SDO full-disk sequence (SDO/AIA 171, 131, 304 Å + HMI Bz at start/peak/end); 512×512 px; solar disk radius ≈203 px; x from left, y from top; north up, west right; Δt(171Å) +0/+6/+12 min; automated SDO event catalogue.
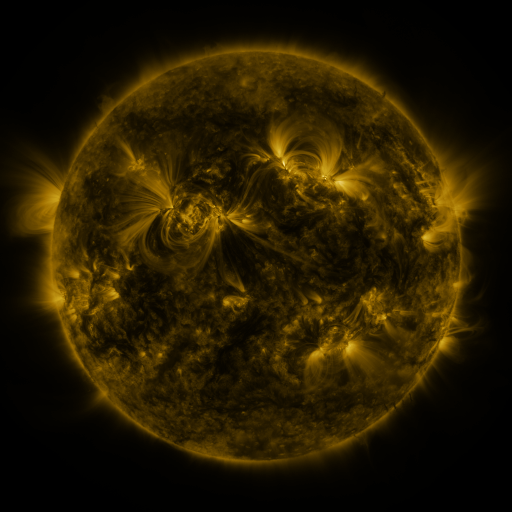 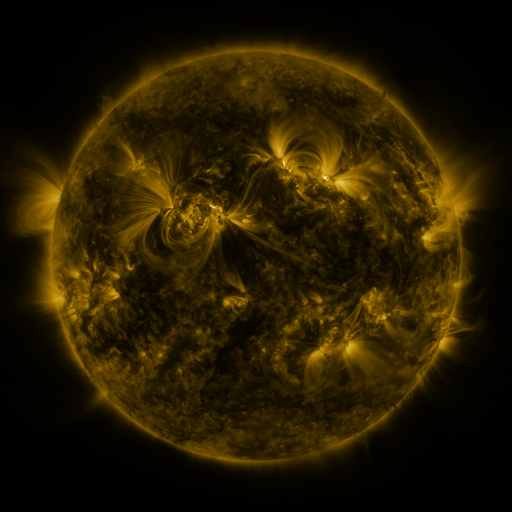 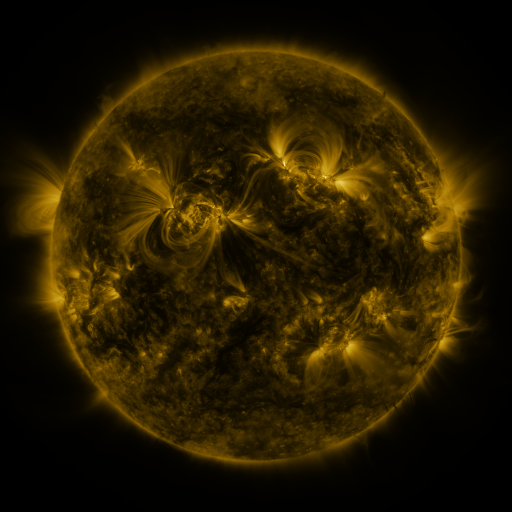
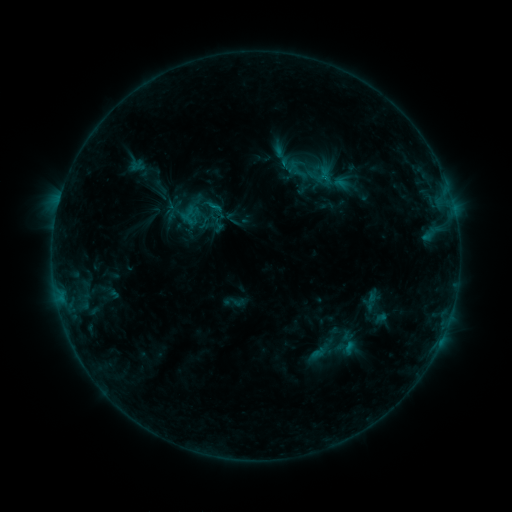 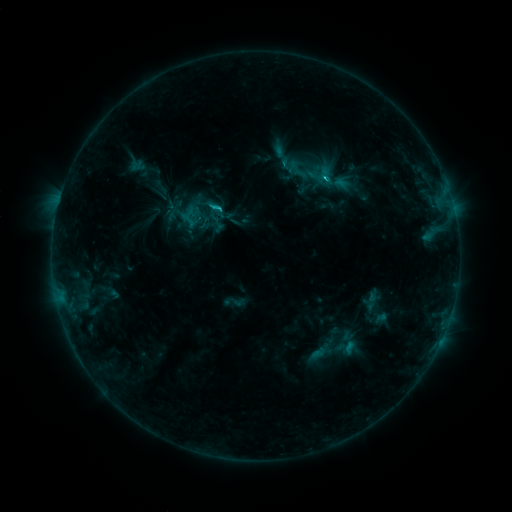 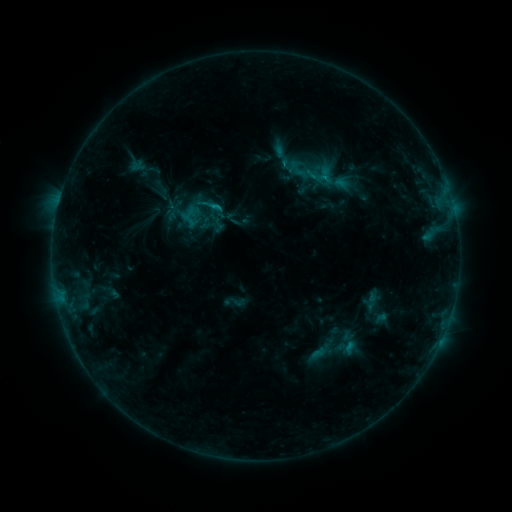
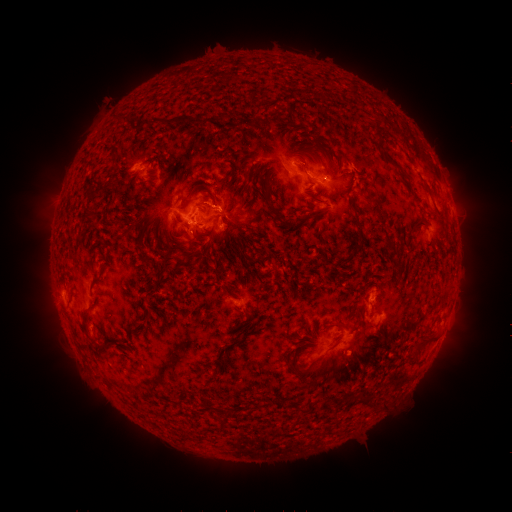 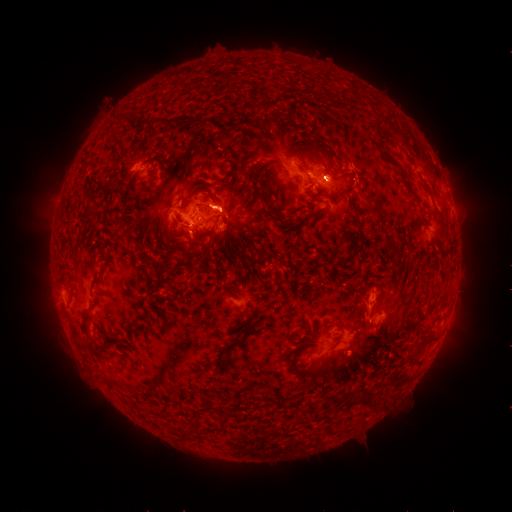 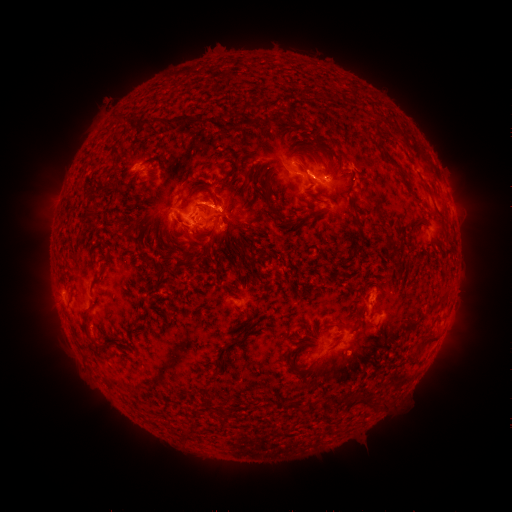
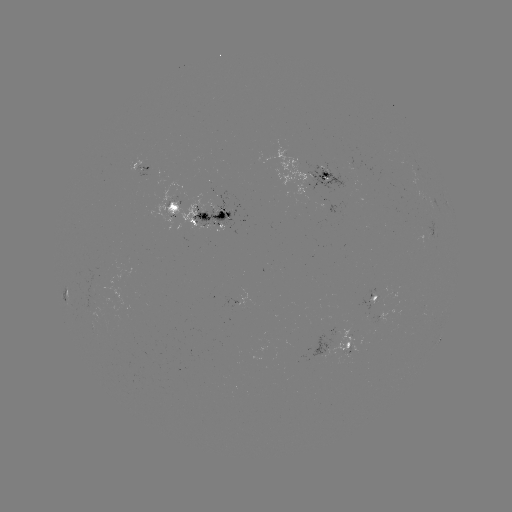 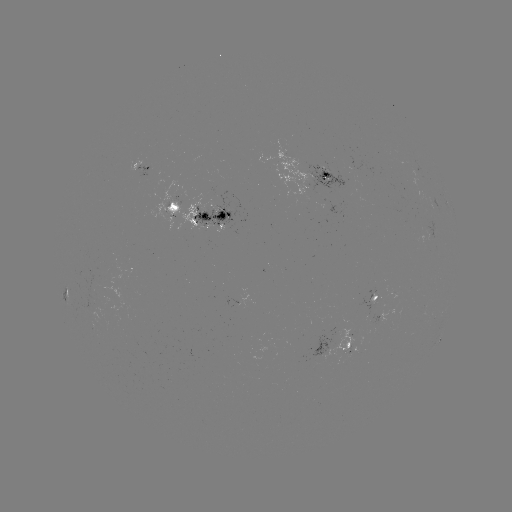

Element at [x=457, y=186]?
eruption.